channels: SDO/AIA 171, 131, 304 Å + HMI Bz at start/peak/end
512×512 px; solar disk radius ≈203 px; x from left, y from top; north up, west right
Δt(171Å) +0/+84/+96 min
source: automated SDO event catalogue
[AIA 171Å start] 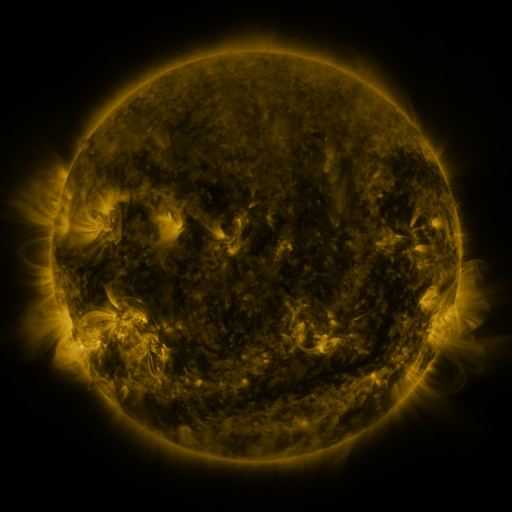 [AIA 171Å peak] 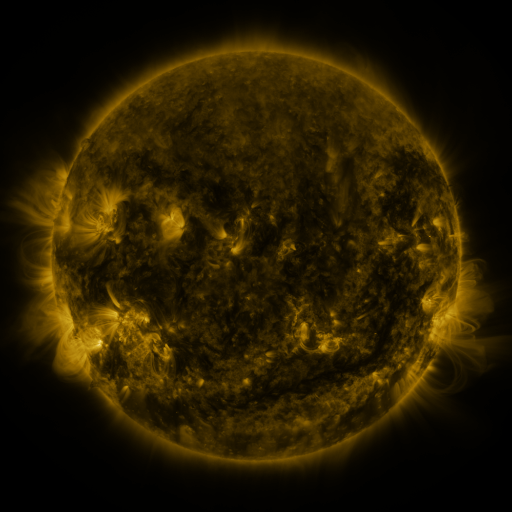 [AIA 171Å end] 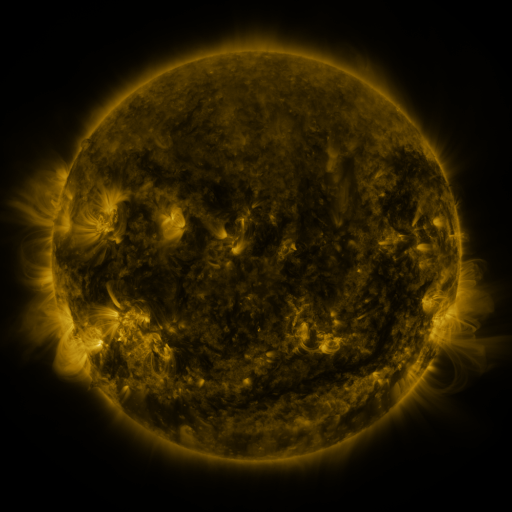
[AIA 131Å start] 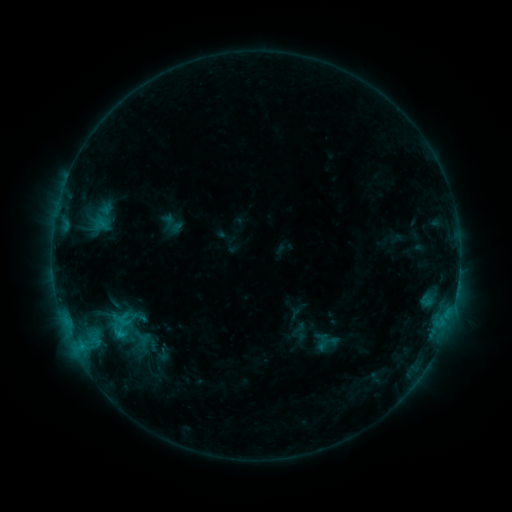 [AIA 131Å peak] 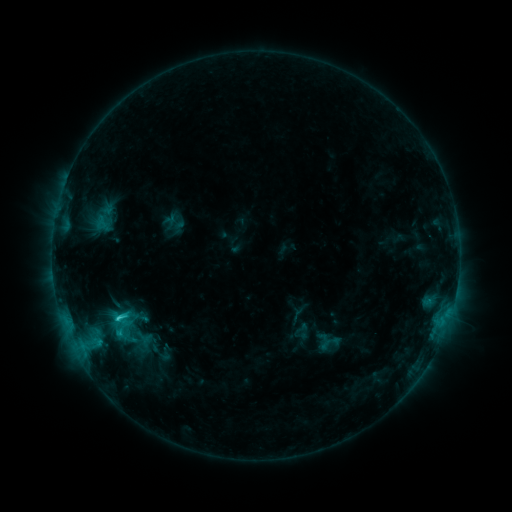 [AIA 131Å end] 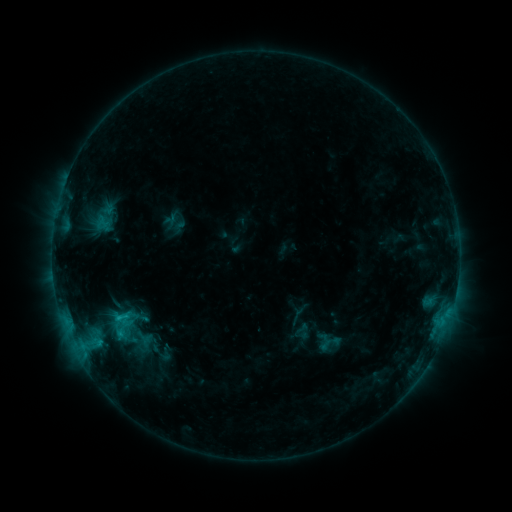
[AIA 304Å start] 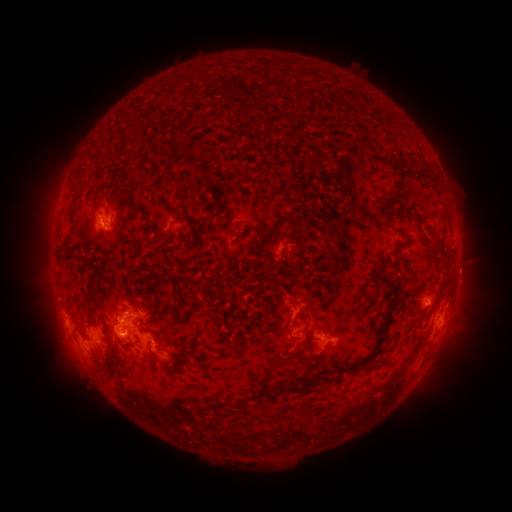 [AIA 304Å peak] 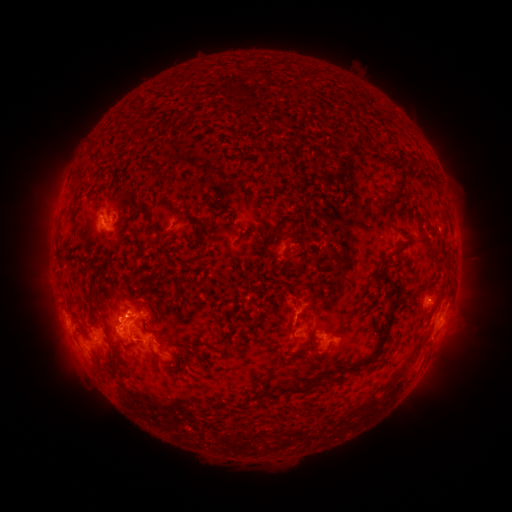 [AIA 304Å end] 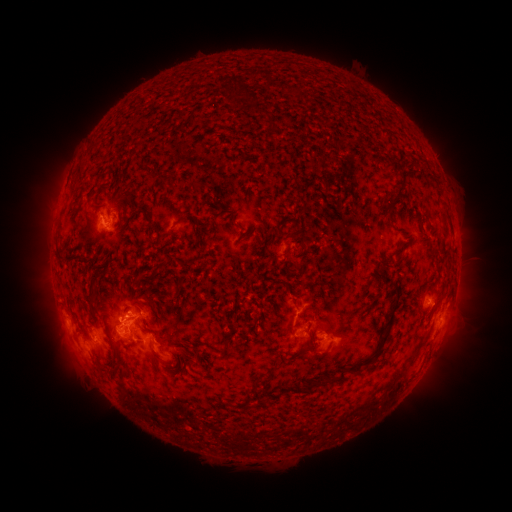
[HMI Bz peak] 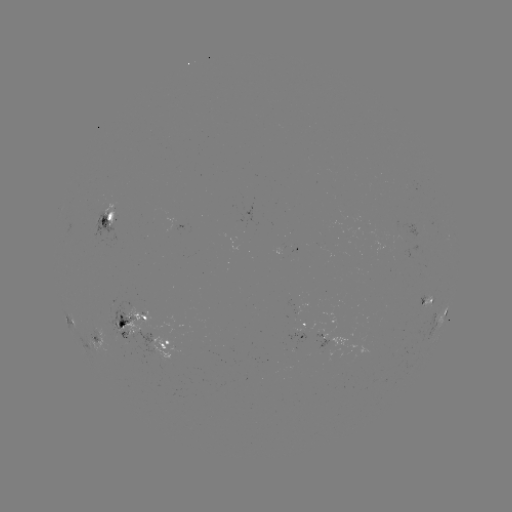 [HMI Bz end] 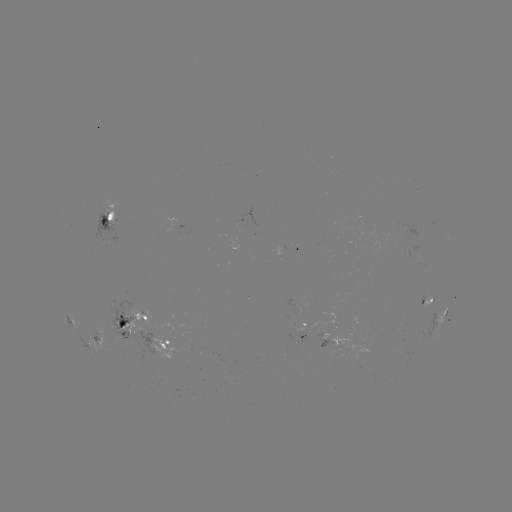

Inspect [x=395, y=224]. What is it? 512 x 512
emerging-flux region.